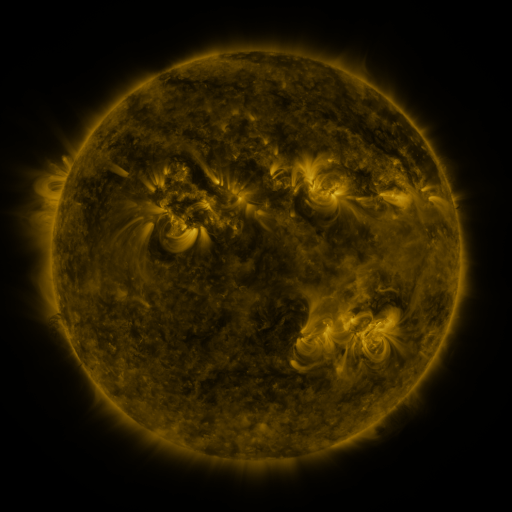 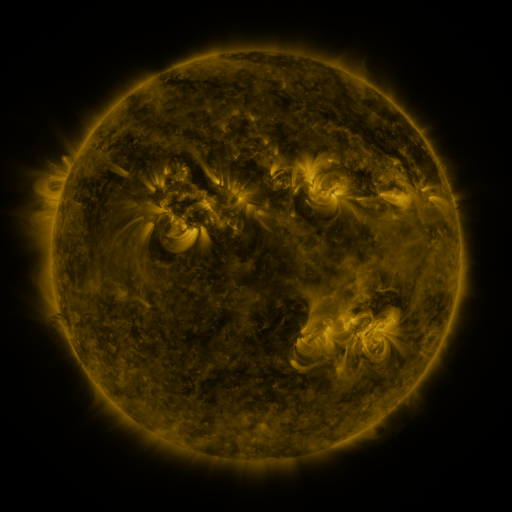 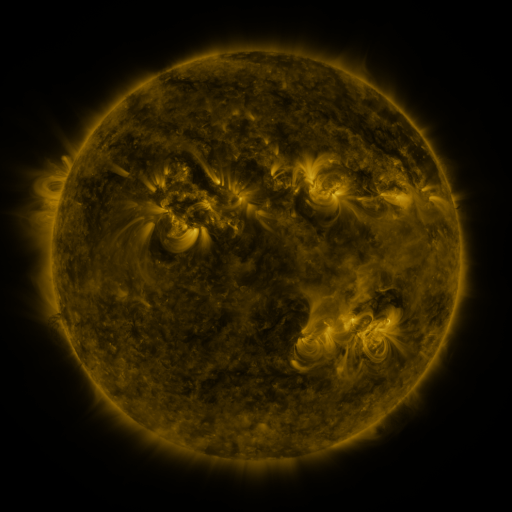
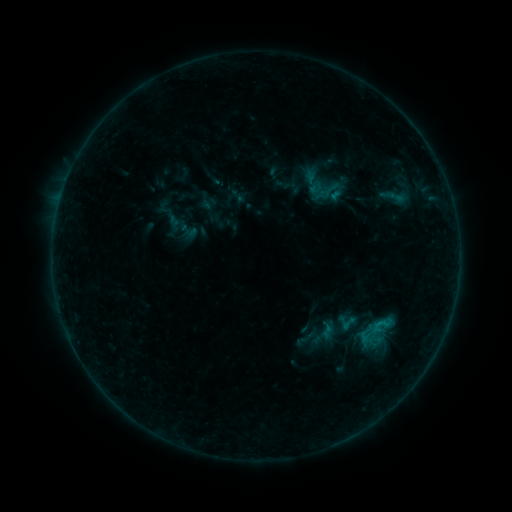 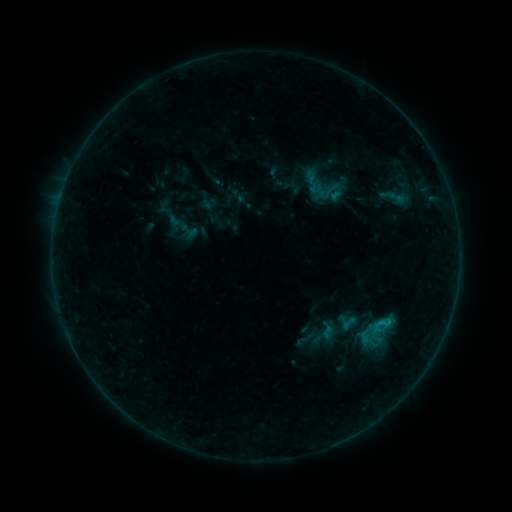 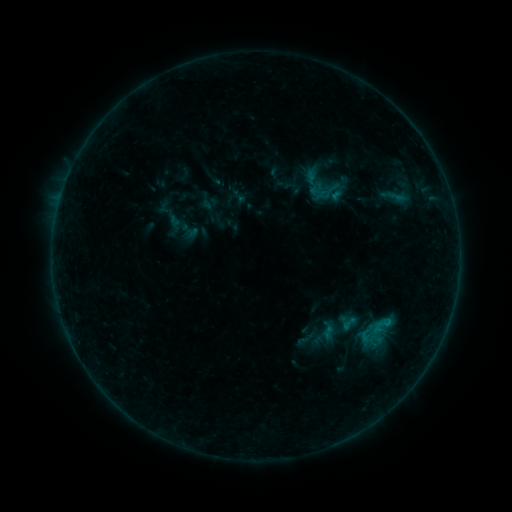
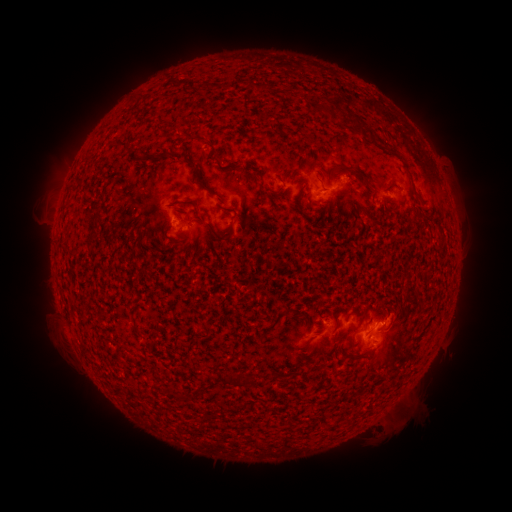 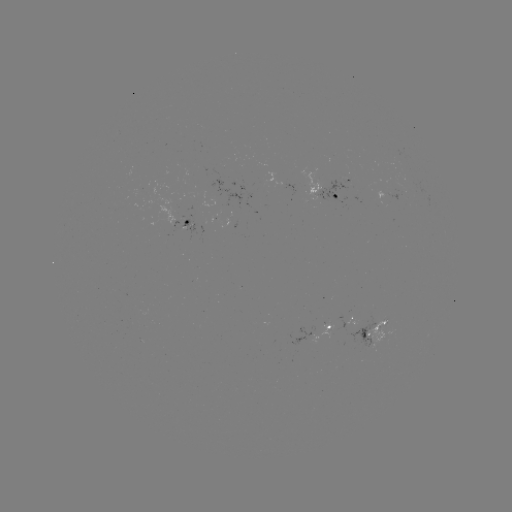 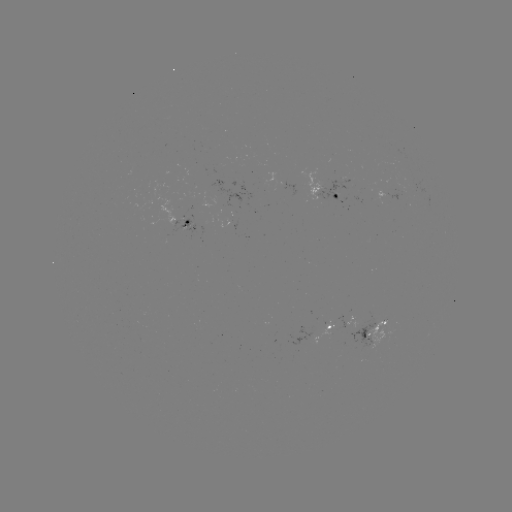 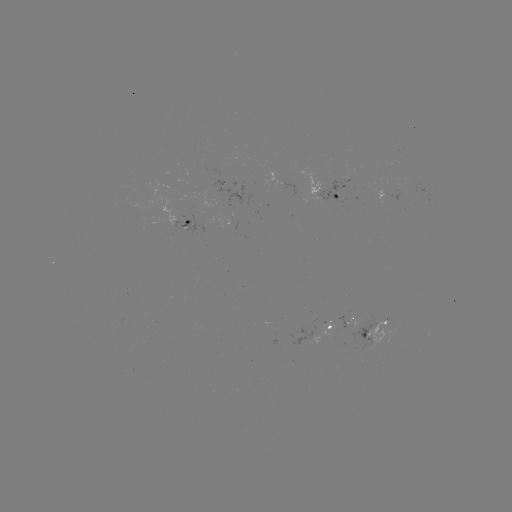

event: flare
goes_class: B4.8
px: (382, 322)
